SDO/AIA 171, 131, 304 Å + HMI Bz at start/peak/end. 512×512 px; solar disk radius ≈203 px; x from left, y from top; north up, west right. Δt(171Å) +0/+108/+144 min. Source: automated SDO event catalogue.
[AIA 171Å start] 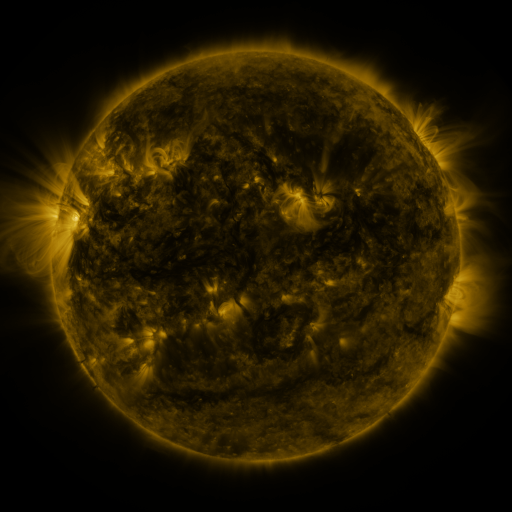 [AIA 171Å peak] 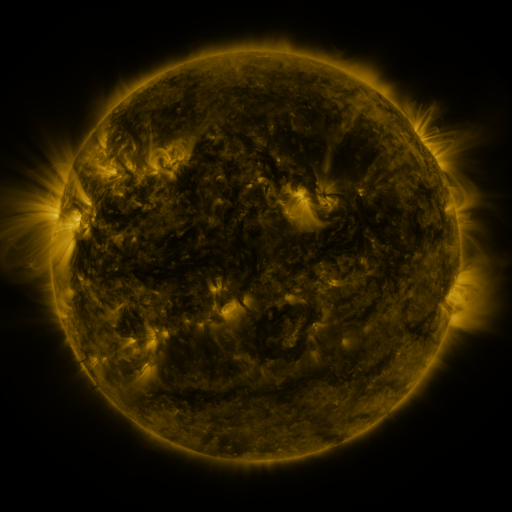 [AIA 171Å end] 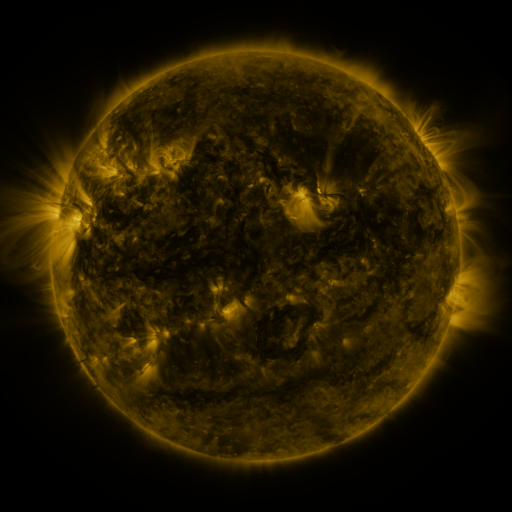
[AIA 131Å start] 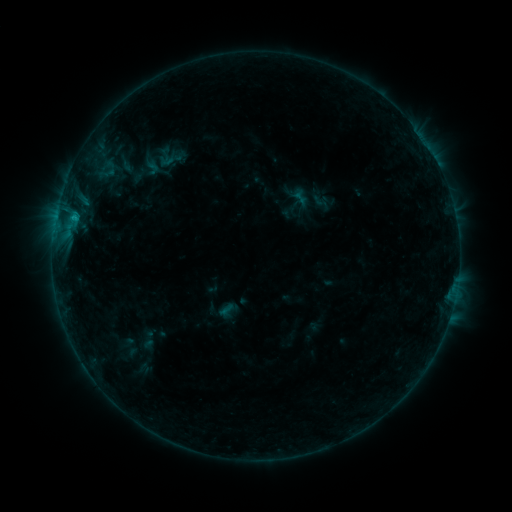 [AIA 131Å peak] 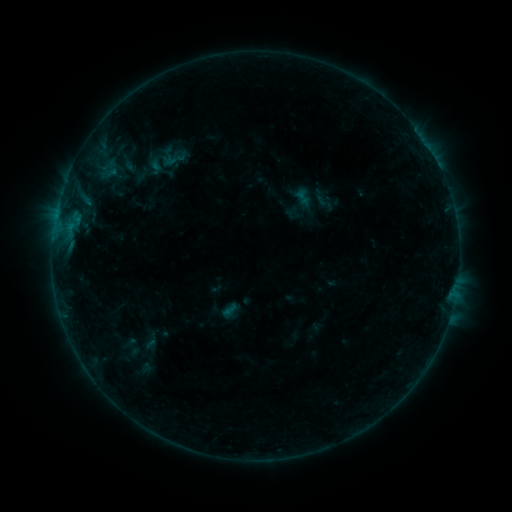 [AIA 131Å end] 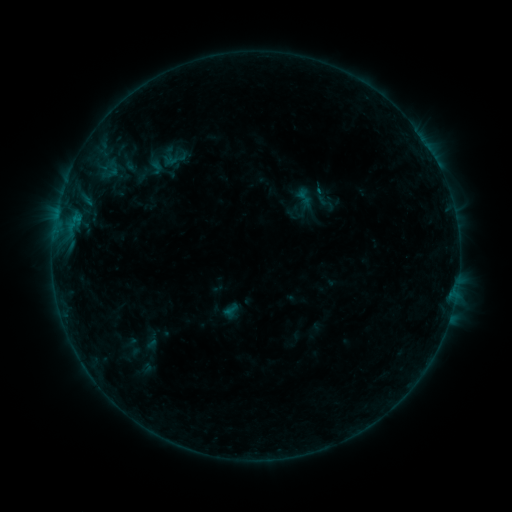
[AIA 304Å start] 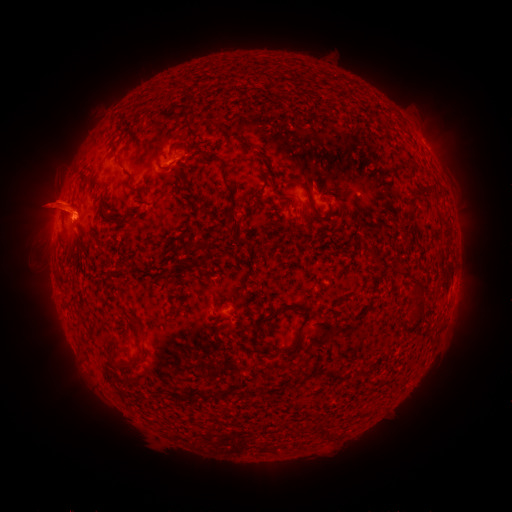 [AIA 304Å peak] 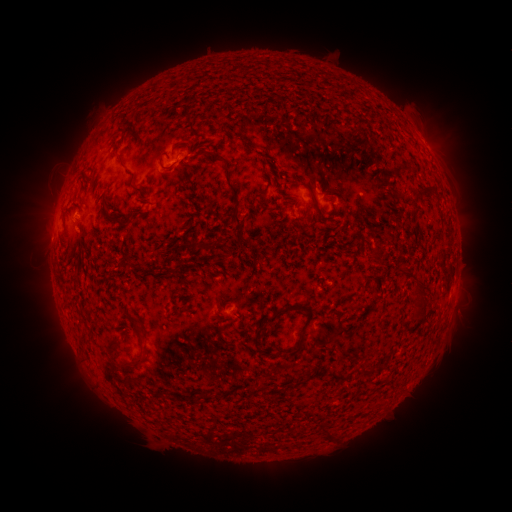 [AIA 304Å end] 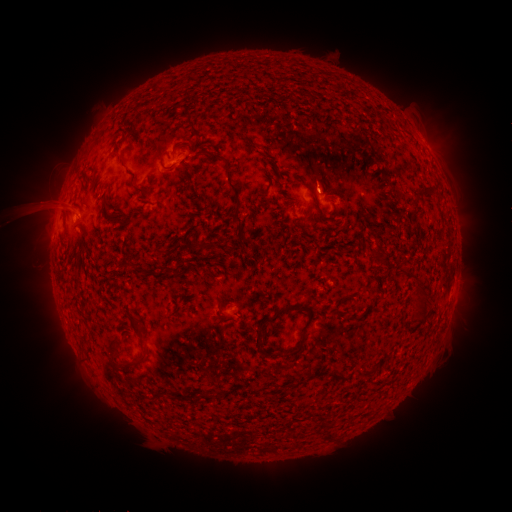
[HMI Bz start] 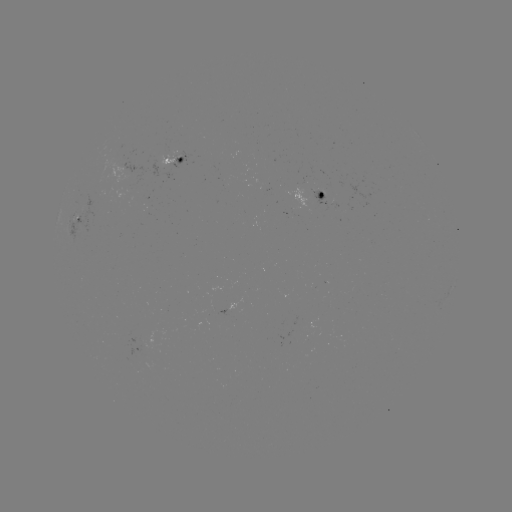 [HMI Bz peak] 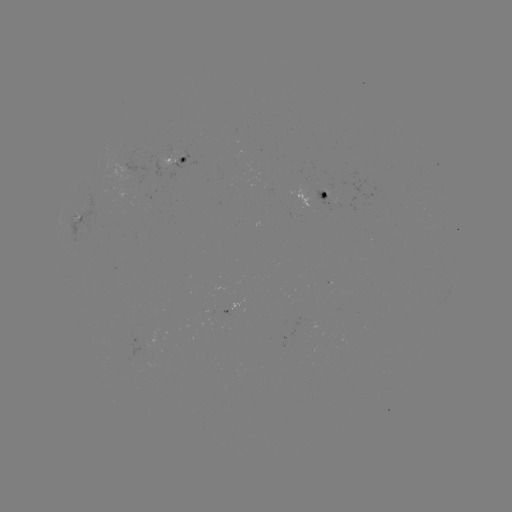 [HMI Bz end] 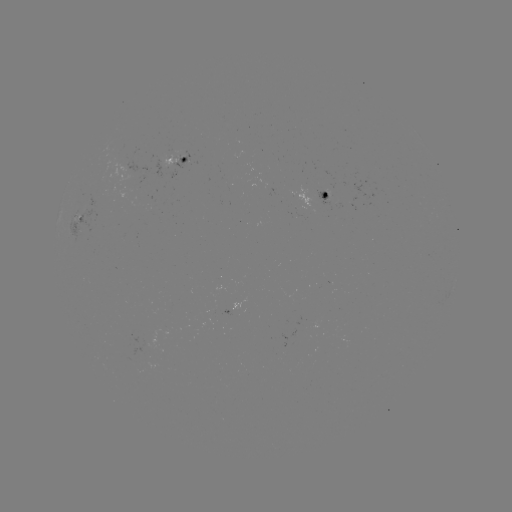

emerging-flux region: <bbox>119, 178, 142, 198</bbox>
